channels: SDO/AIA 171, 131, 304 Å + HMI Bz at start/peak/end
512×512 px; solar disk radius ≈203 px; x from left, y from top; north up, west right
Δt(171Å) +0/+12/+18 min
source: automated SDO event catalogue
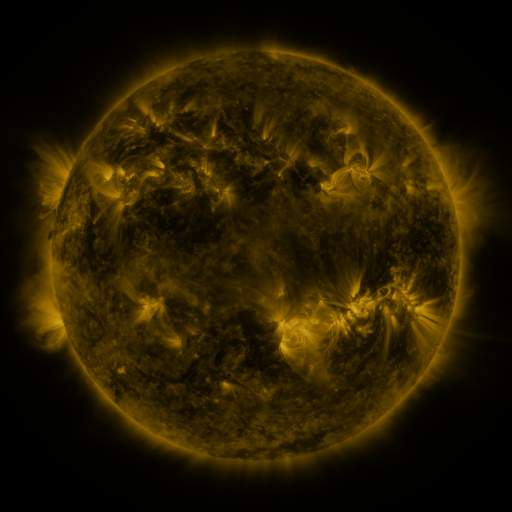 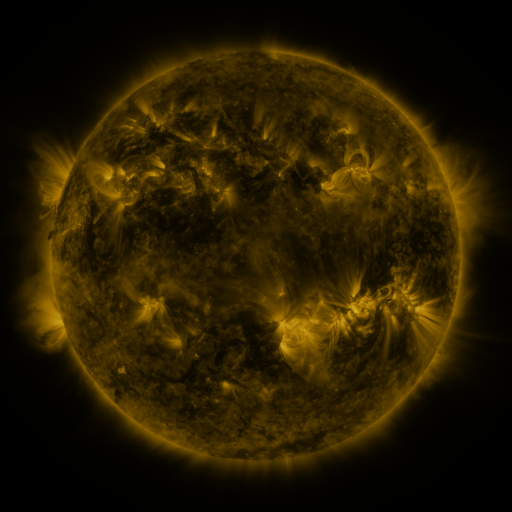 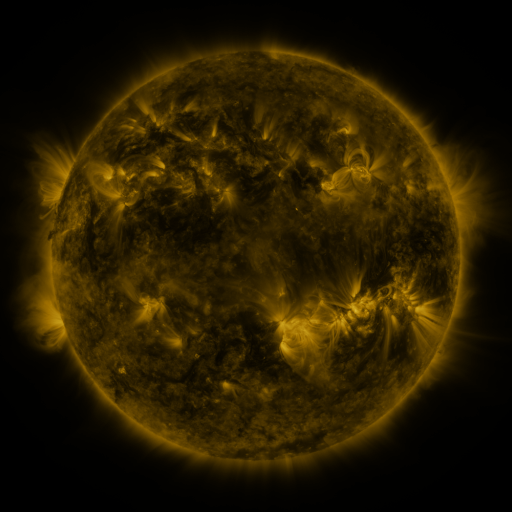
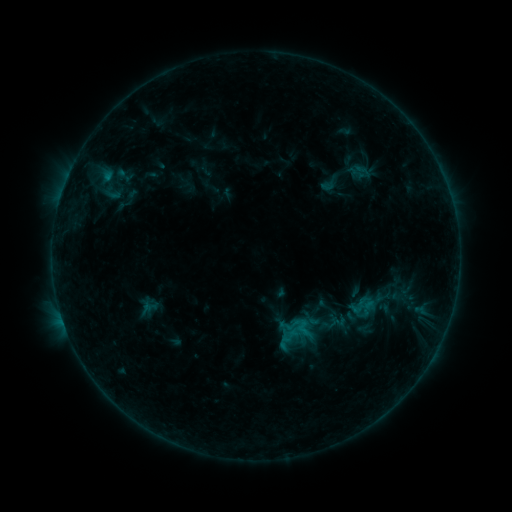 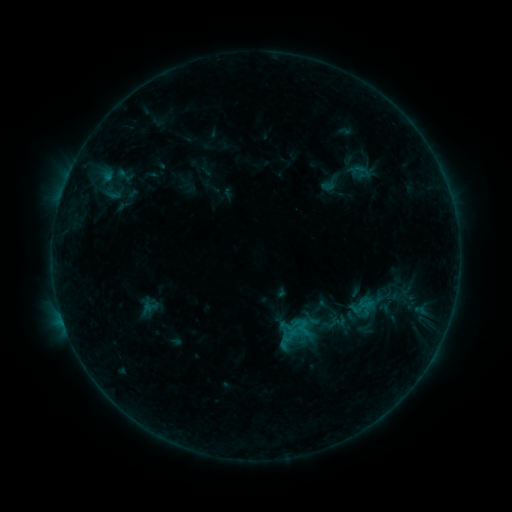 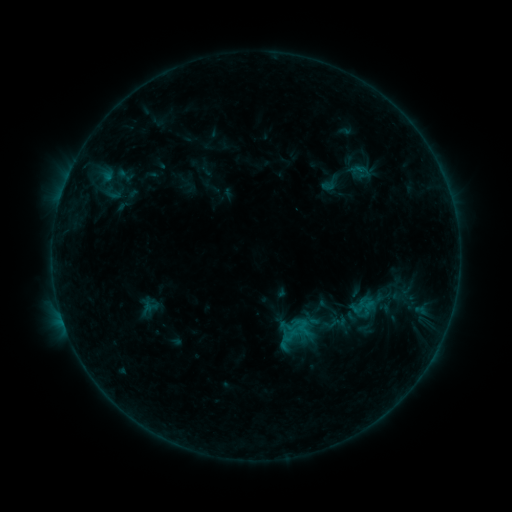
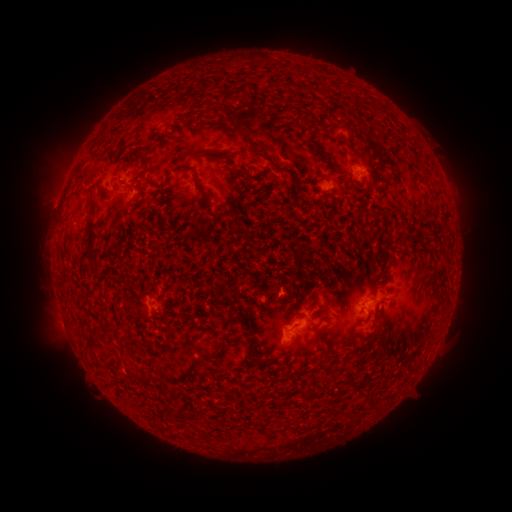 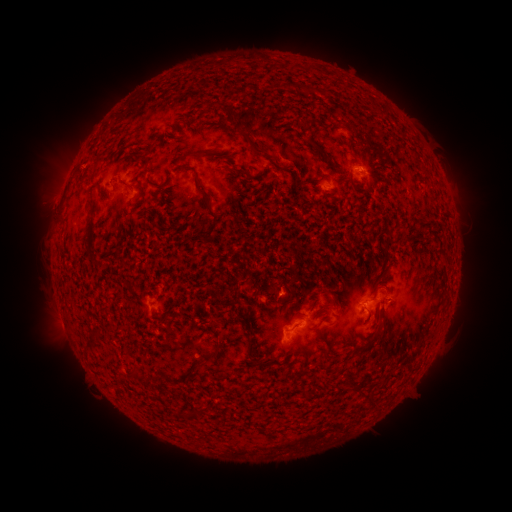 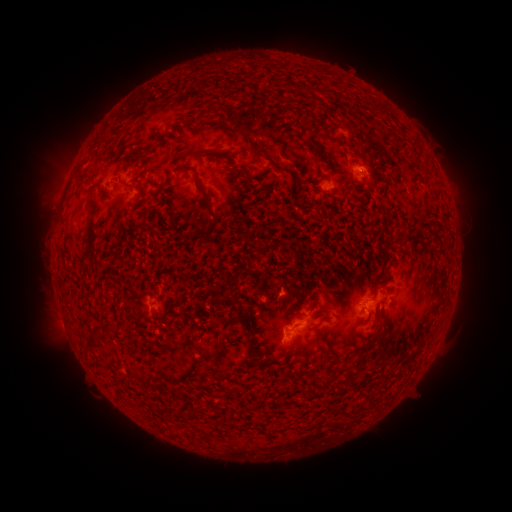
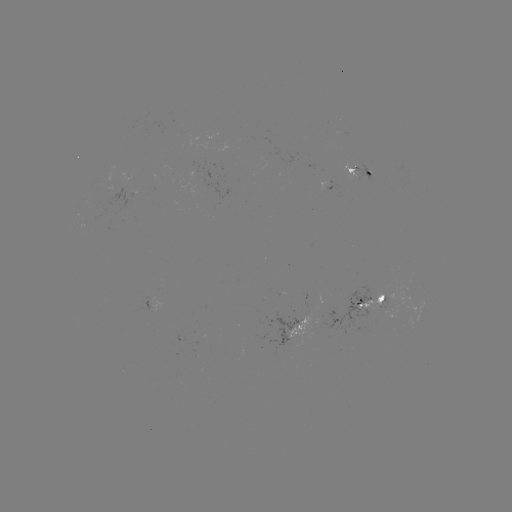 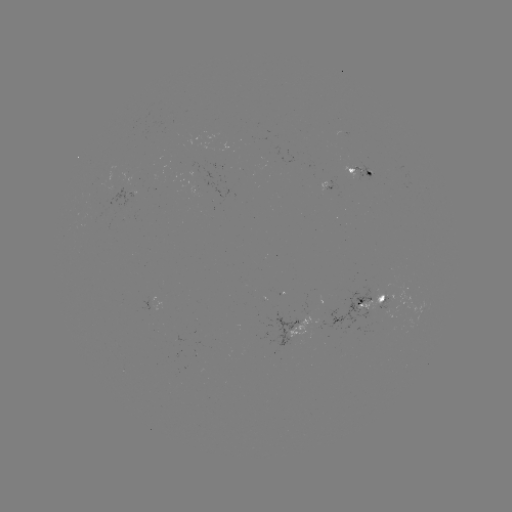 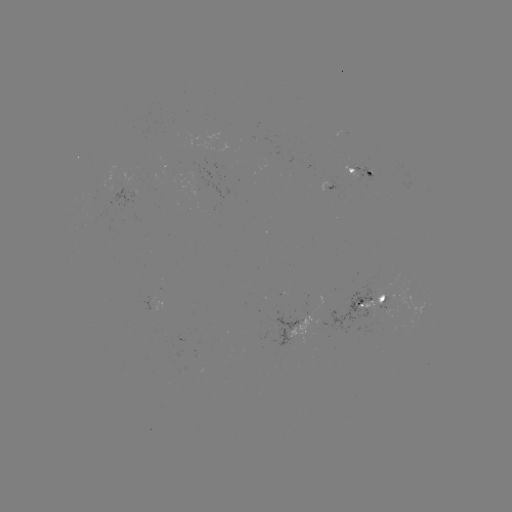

no classed flare was catalogued and no EUV brightening was flagged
